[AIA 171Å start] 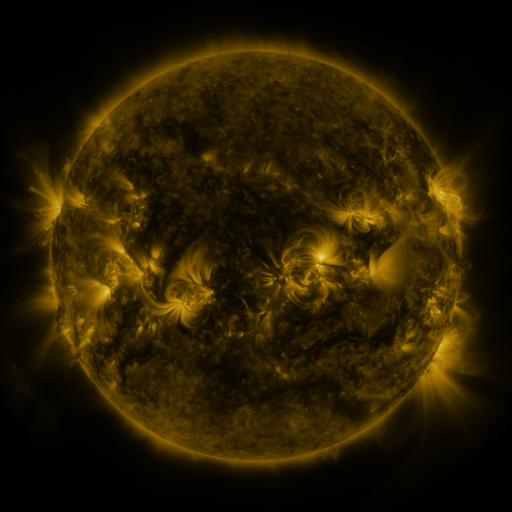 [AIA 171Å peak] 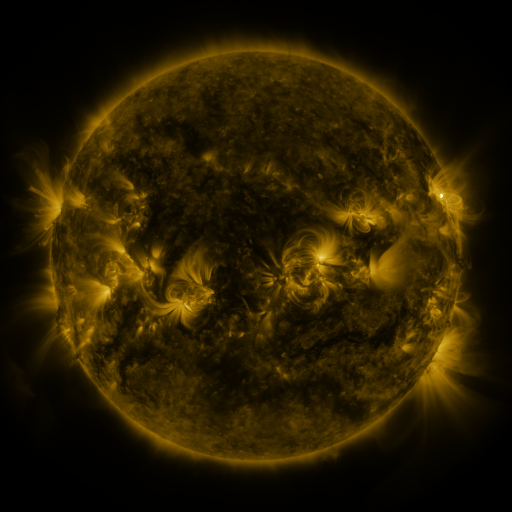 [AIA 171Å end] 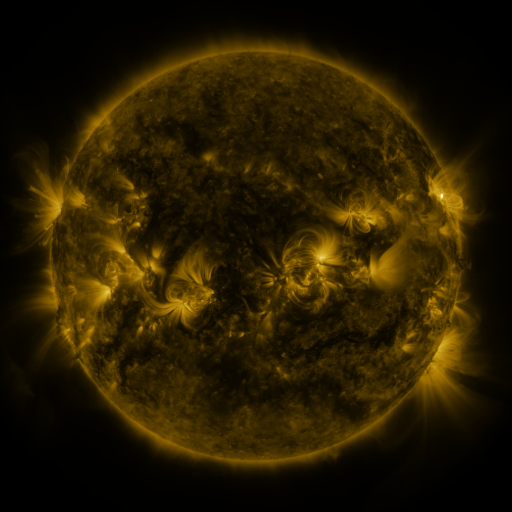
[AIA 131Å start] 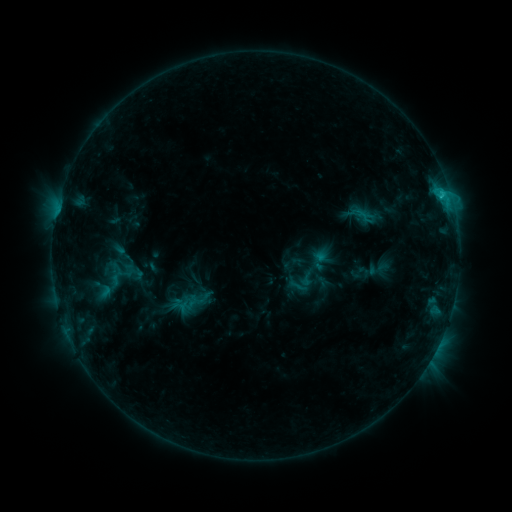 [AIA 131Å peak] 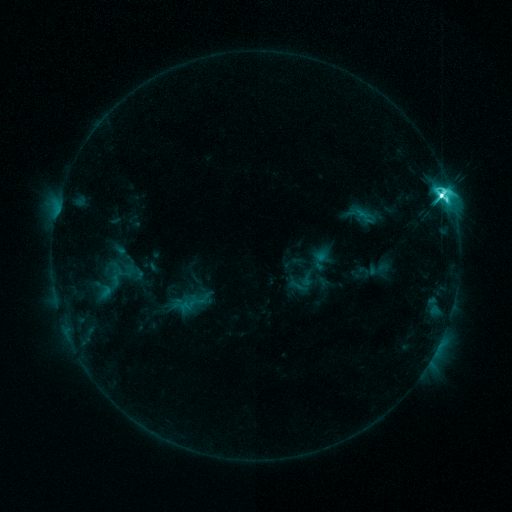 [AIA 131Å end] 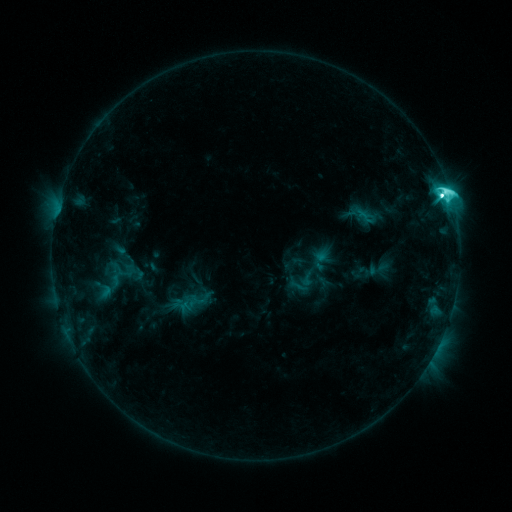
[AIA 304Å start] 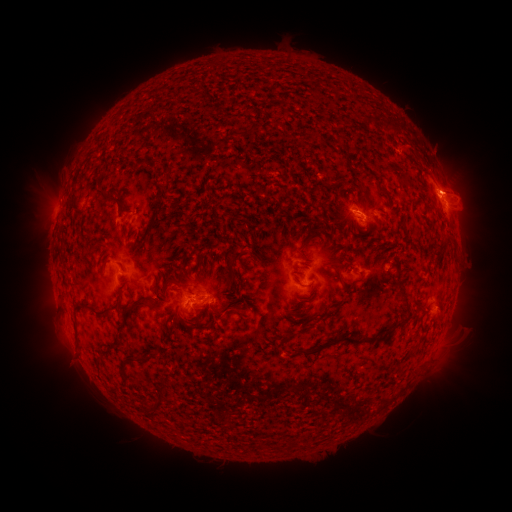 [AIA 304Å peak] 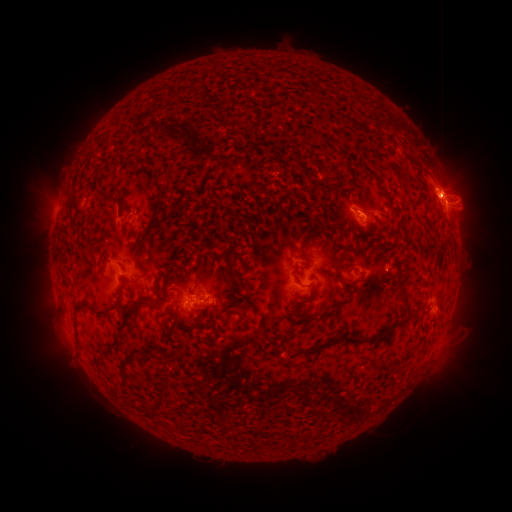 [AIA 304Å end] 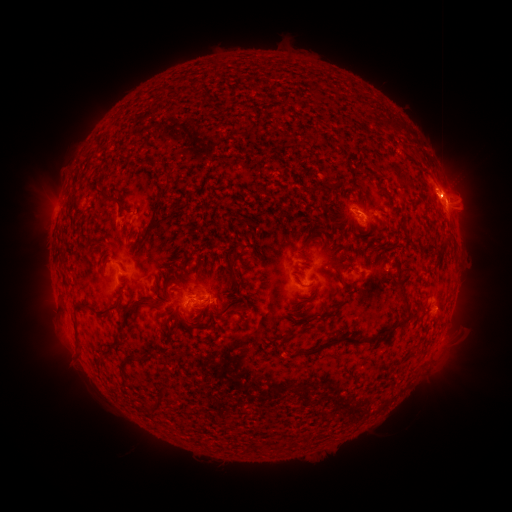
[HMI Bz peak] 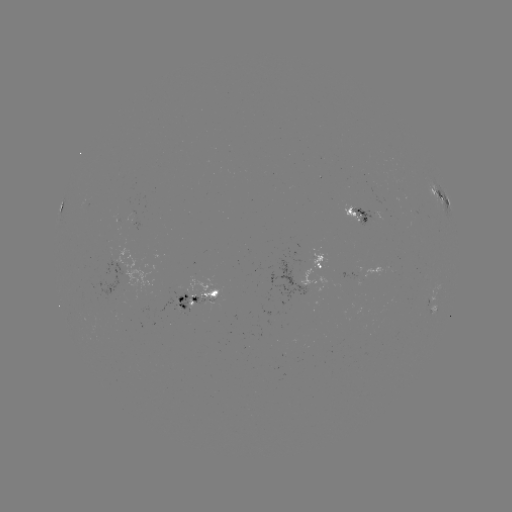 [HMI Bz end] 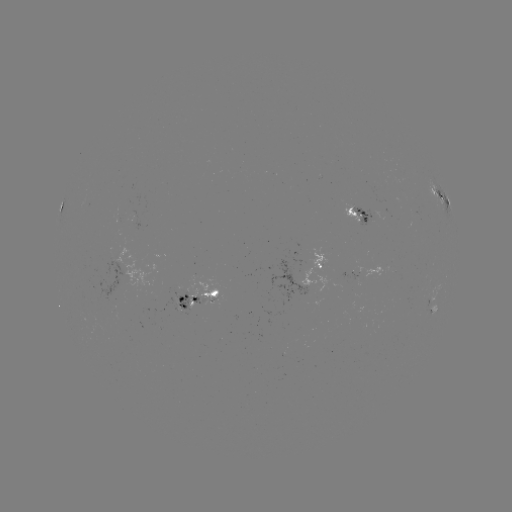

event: flare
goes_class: M2.5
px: (441, 198)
